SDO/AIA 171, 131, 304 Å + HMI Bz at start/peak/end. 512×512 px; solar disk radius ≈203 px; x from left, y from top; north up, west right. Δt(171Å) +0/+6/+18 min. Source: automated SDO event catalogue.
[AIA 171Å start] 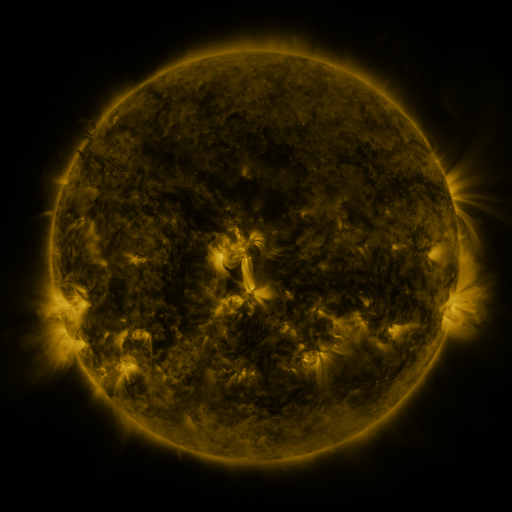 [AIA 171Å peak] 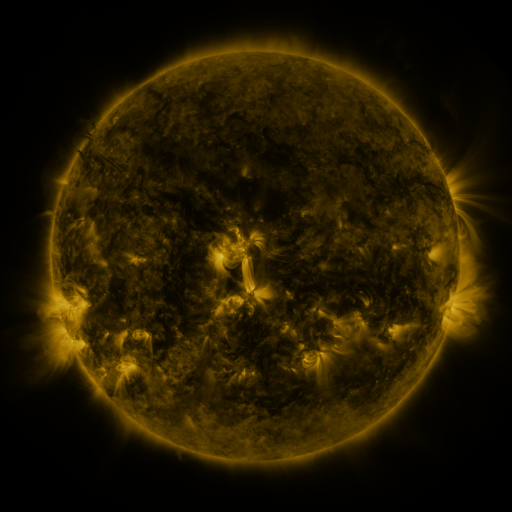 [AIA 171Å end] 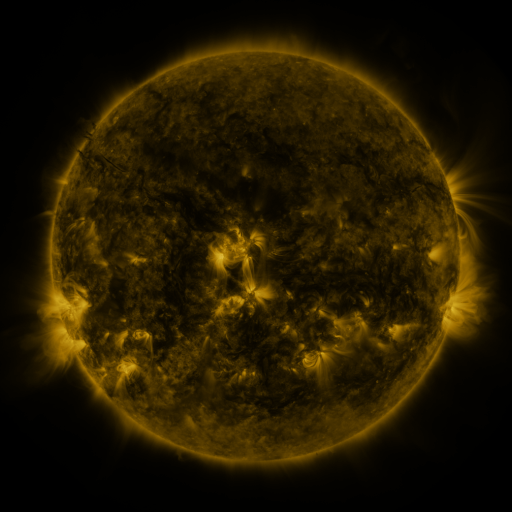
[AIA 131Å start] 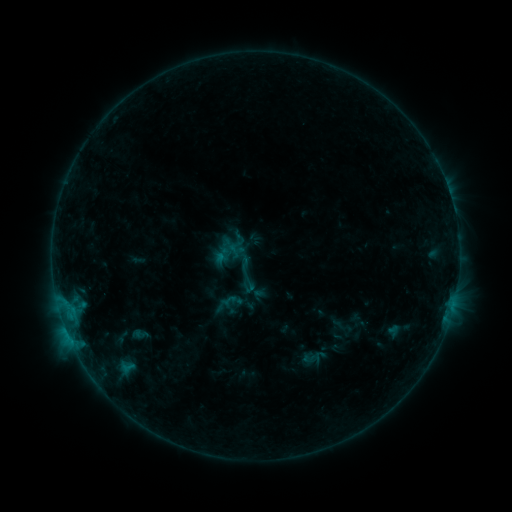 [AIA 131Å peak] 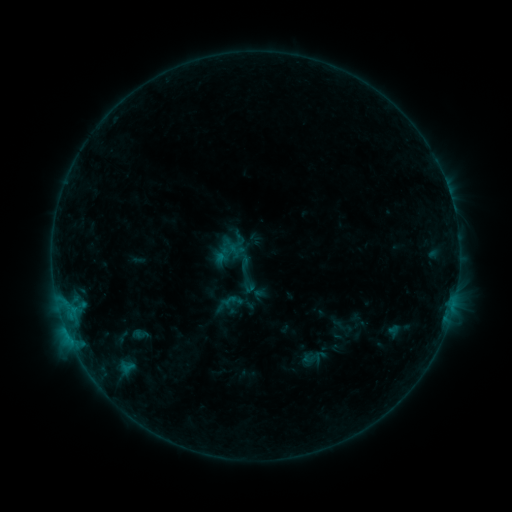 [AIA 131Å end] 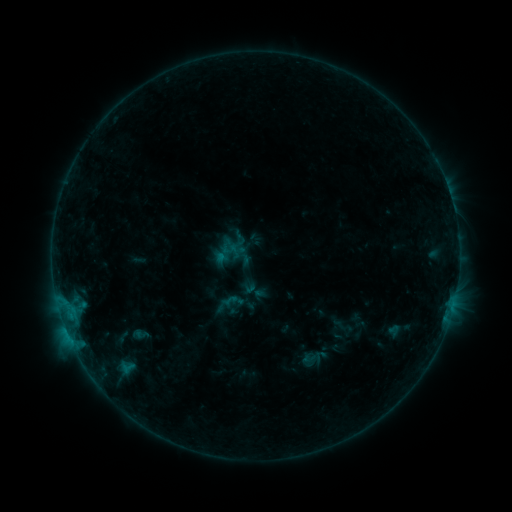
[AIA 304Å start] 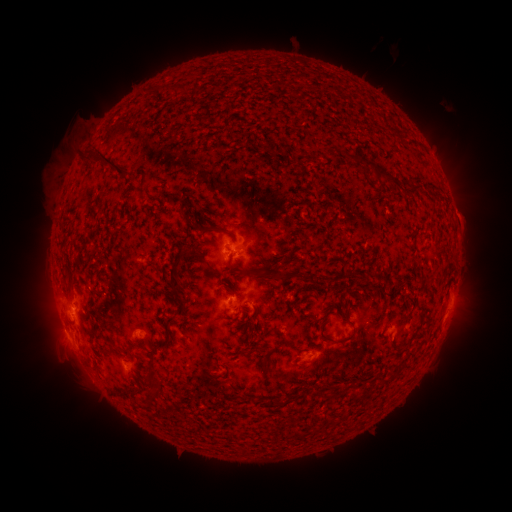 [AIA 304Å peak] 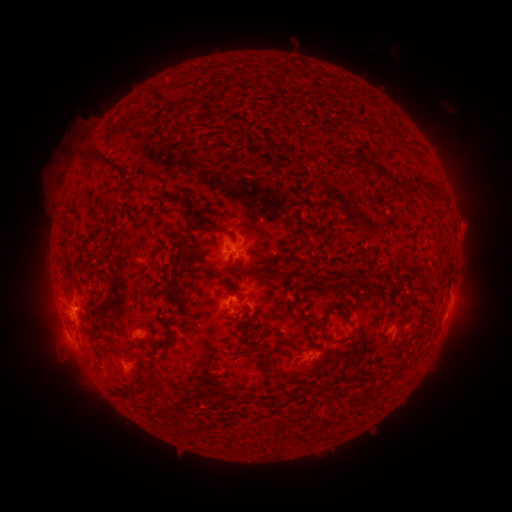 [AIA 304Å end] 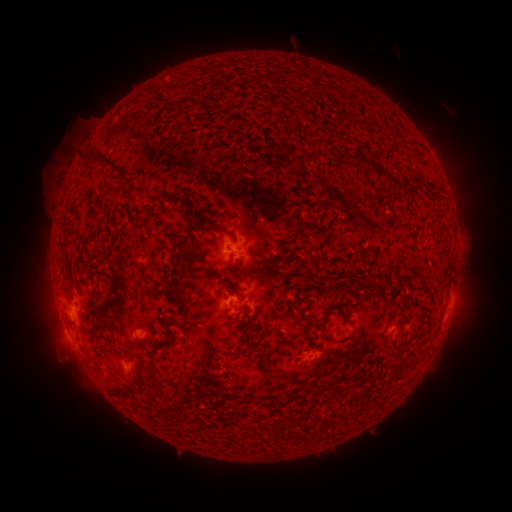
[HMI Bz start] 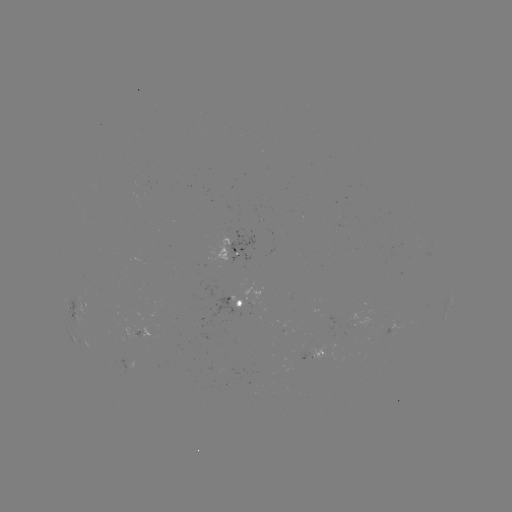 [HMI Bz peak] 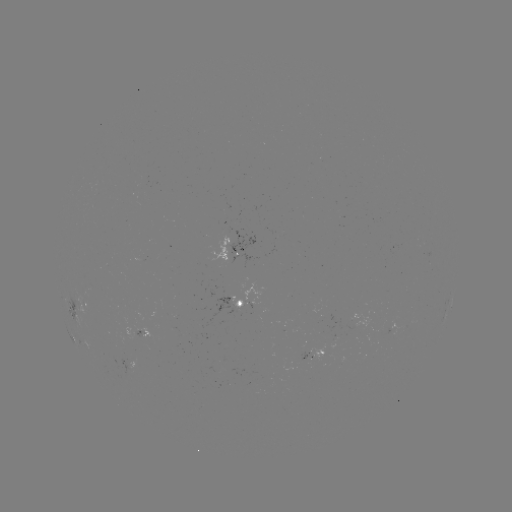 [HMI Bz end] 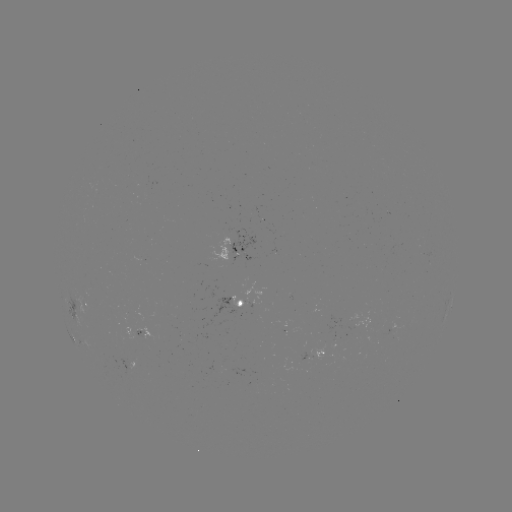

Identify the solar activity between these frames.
eruption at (471, 227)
